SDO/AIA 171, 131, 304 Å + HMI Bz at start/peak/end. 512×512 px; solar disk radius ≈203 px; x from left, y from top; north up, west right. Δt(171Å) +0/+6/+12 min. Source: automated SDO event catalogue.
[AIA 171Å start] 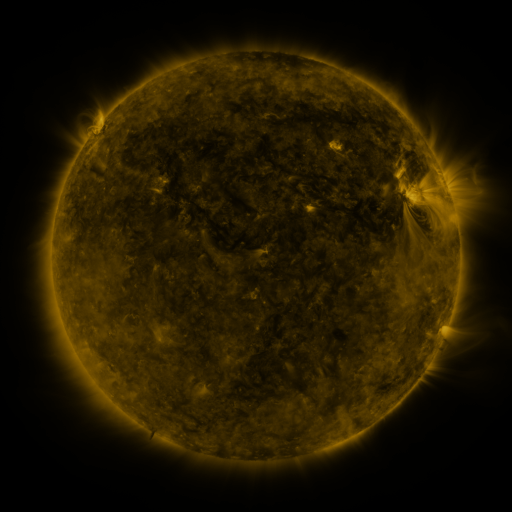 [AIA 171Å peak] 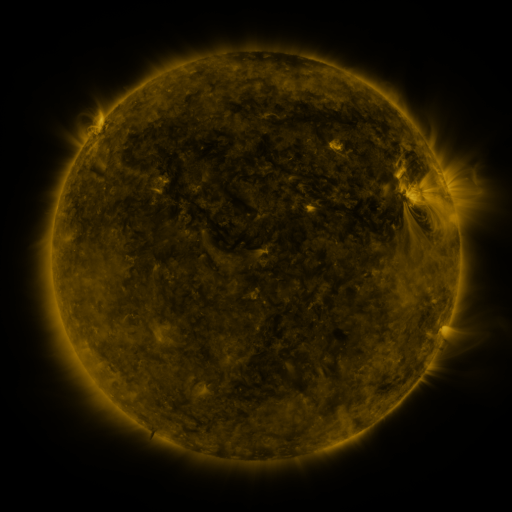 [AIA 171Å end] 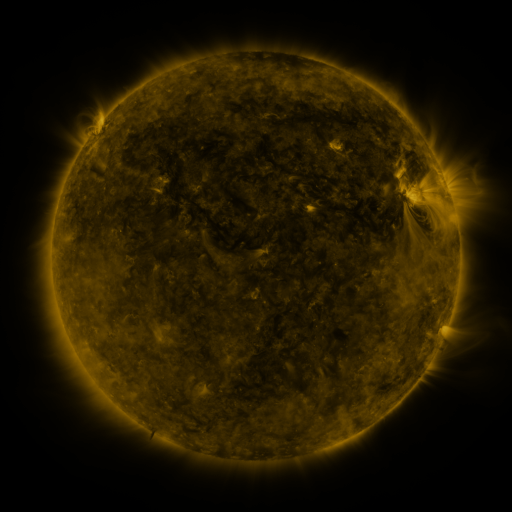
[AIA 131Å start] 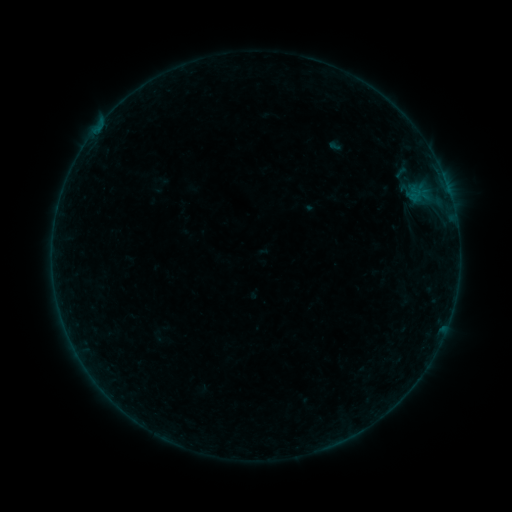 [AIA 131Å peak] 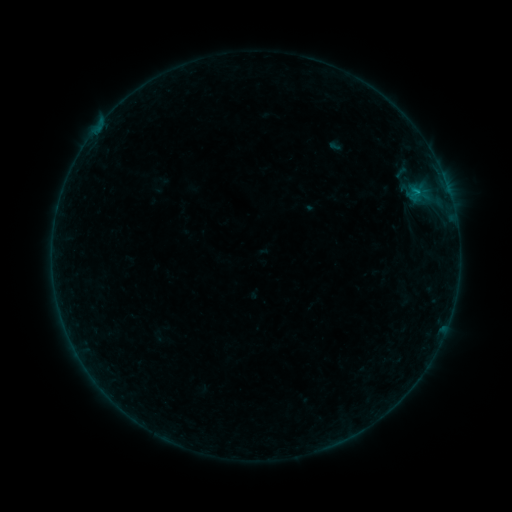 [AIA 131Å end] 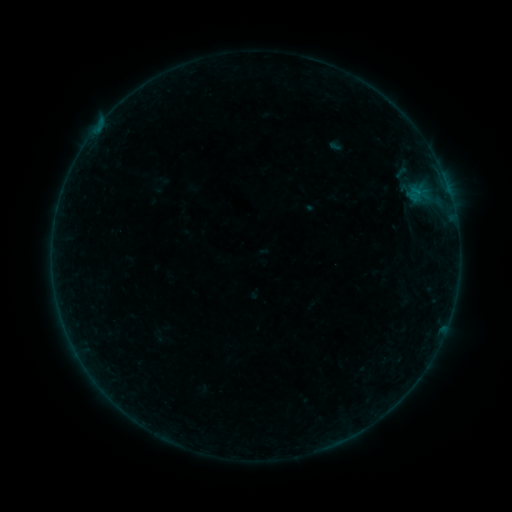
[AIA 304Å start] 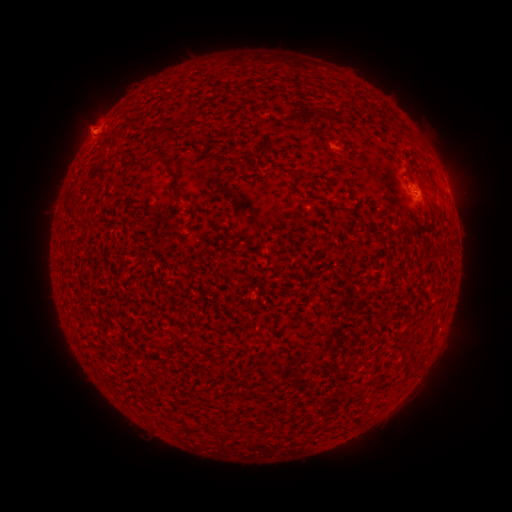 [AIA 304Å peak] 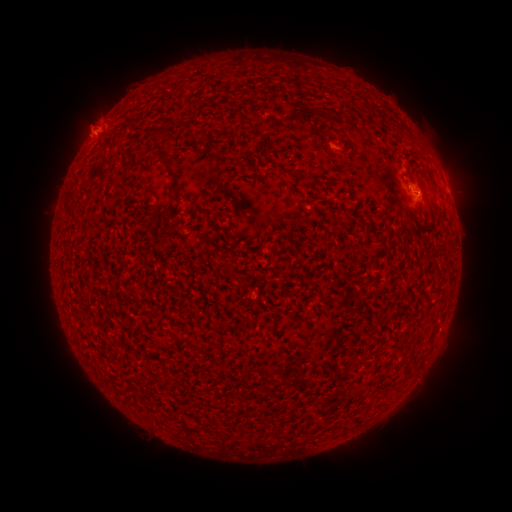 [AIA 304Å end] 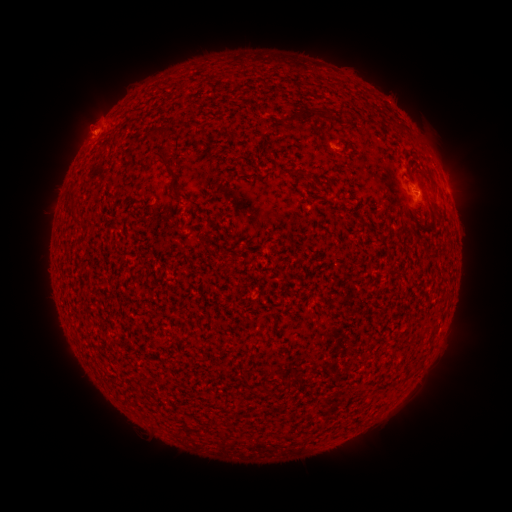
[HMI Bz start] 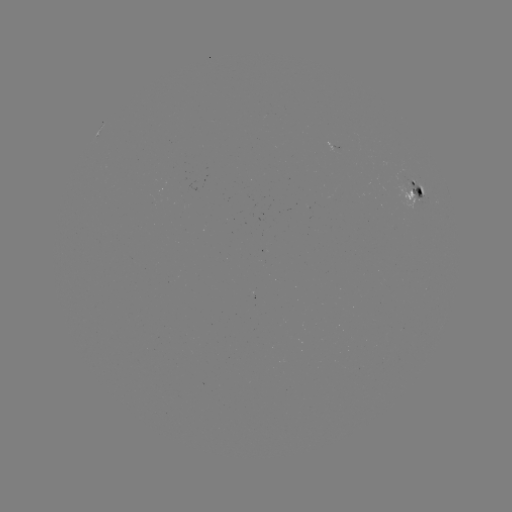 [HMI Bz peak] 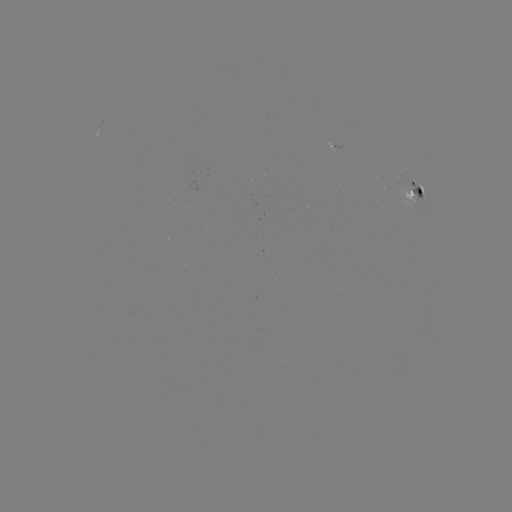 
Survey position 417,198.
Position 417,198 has B3.1 flare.